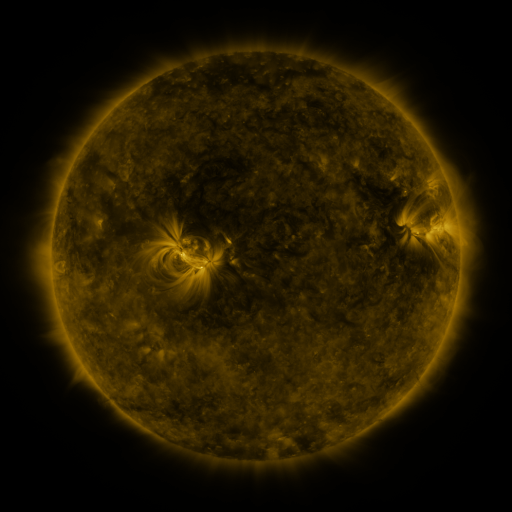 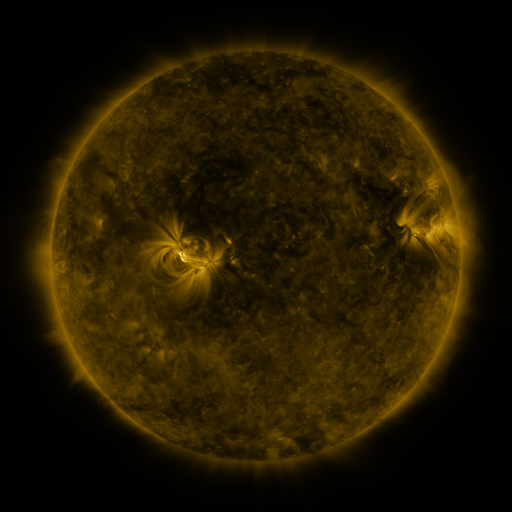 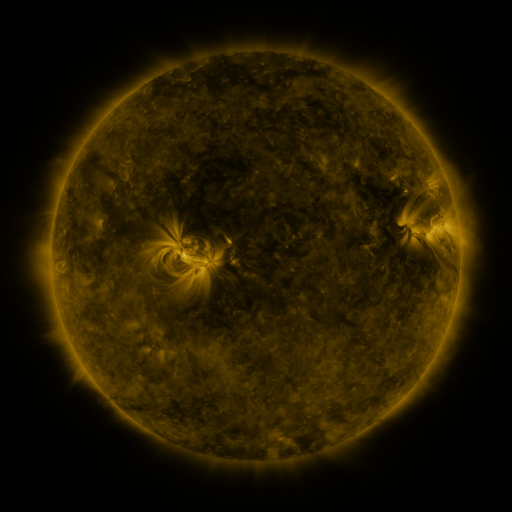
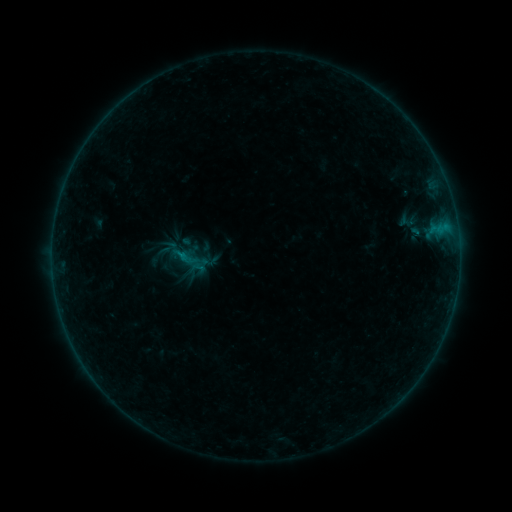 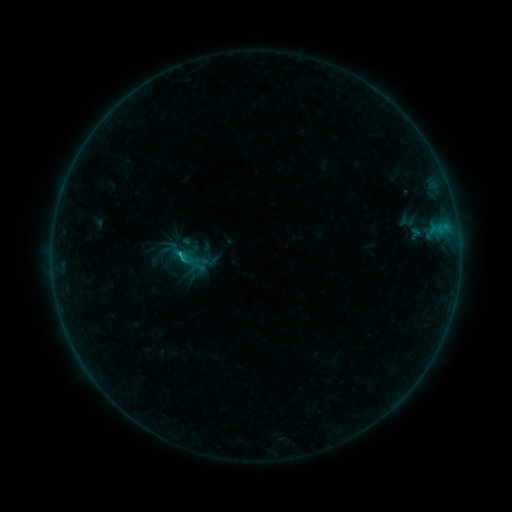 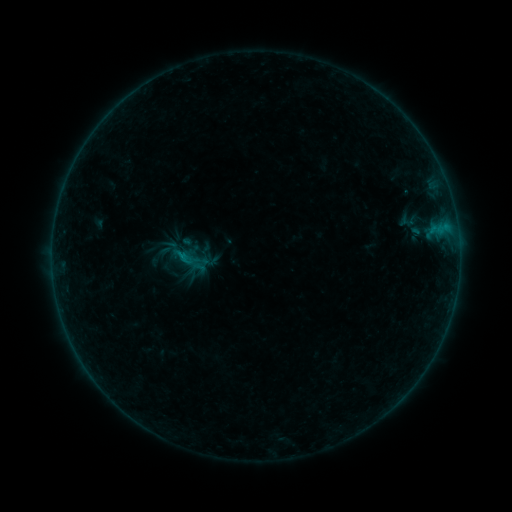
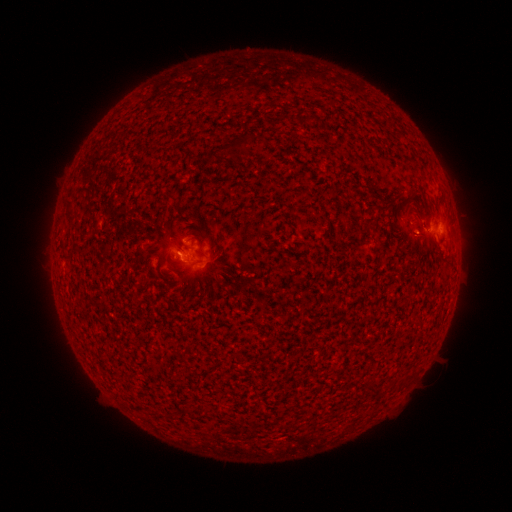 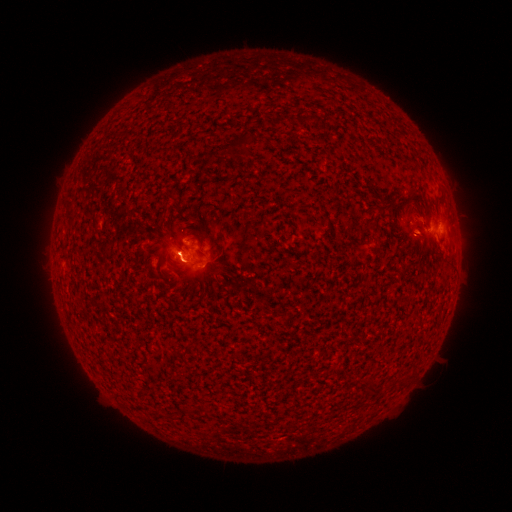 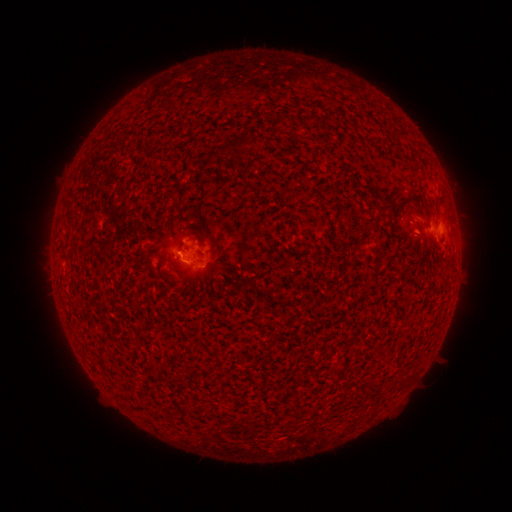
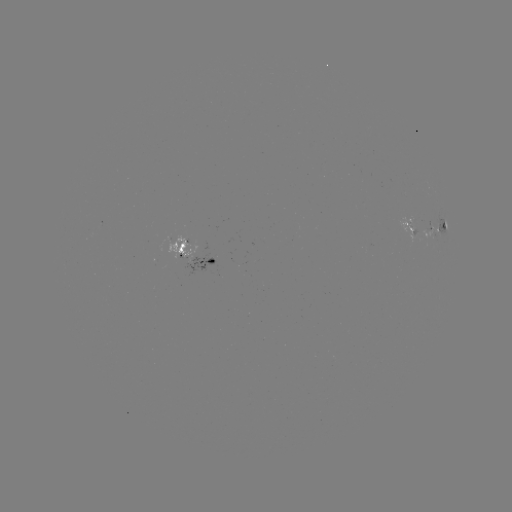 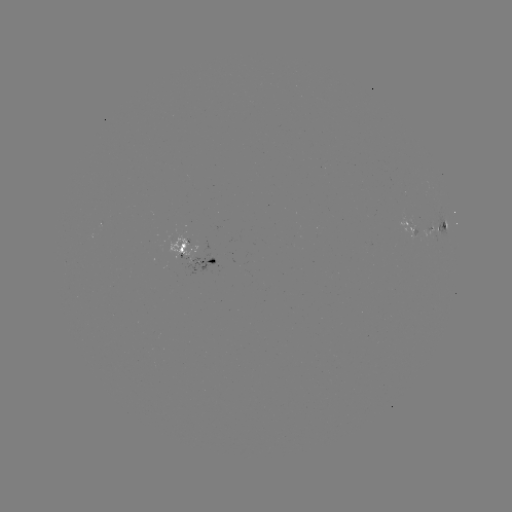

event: flare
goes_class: B3.4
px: (179, 257)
